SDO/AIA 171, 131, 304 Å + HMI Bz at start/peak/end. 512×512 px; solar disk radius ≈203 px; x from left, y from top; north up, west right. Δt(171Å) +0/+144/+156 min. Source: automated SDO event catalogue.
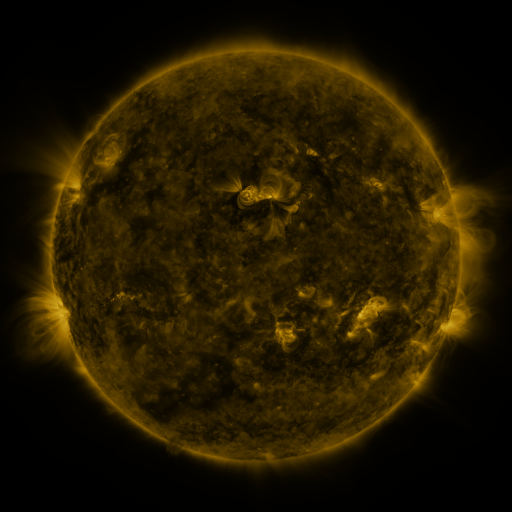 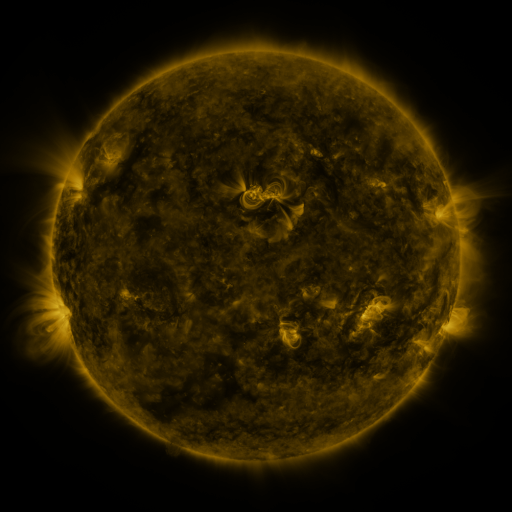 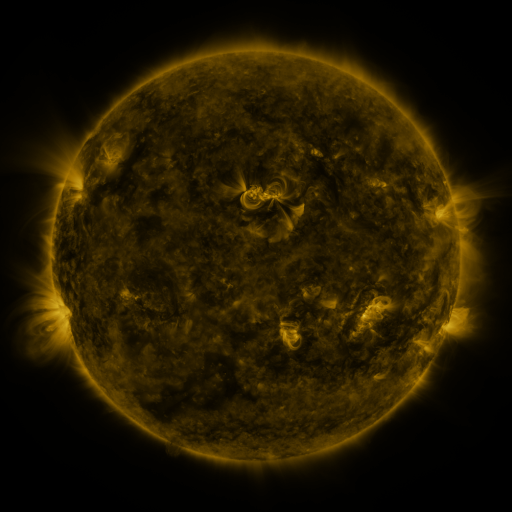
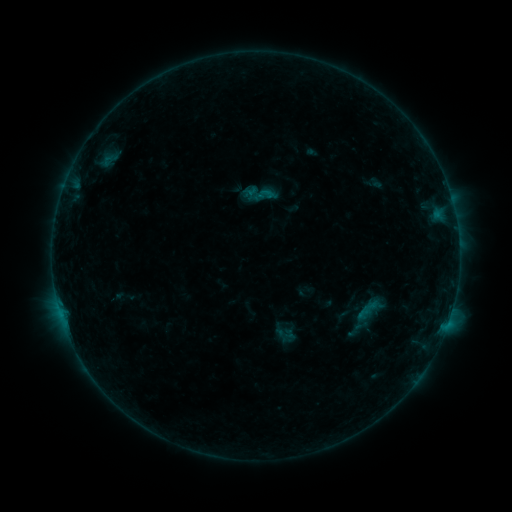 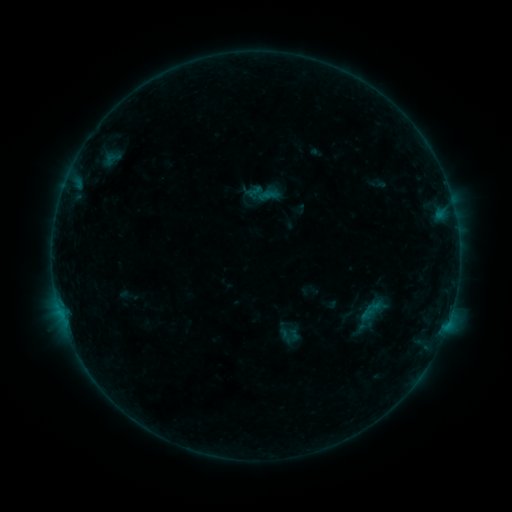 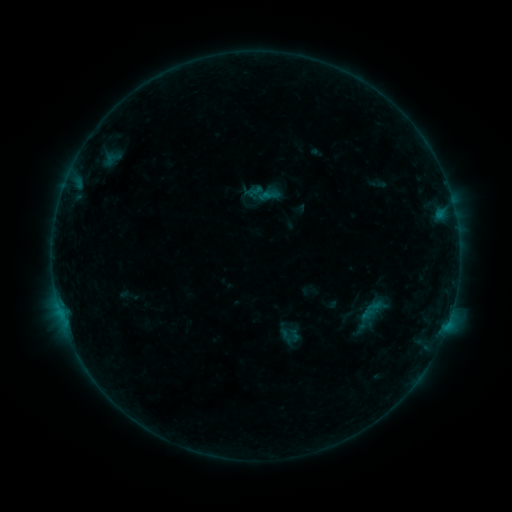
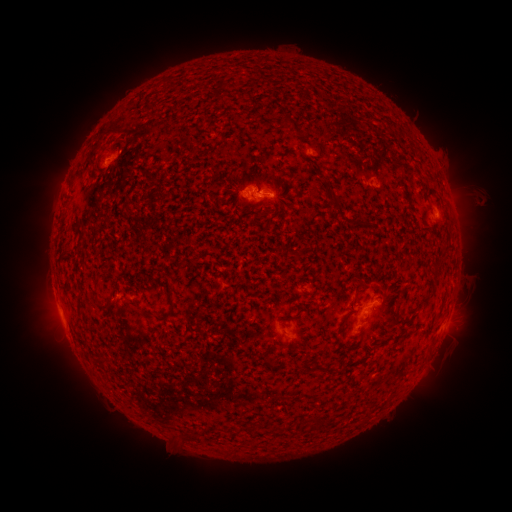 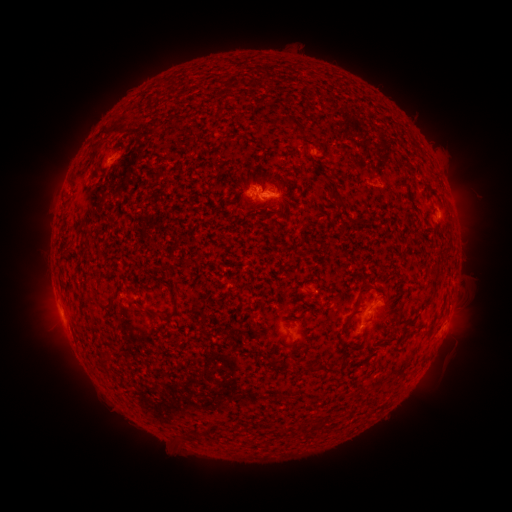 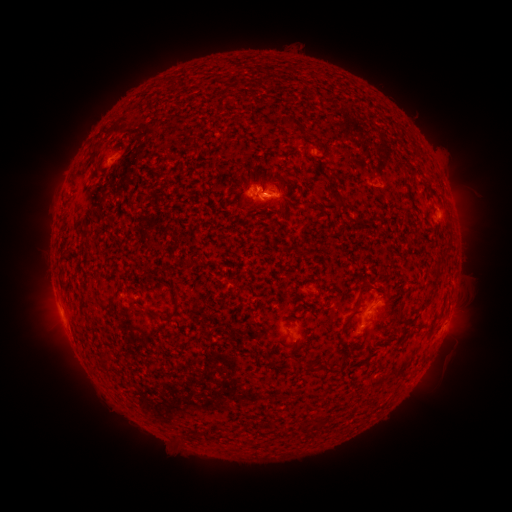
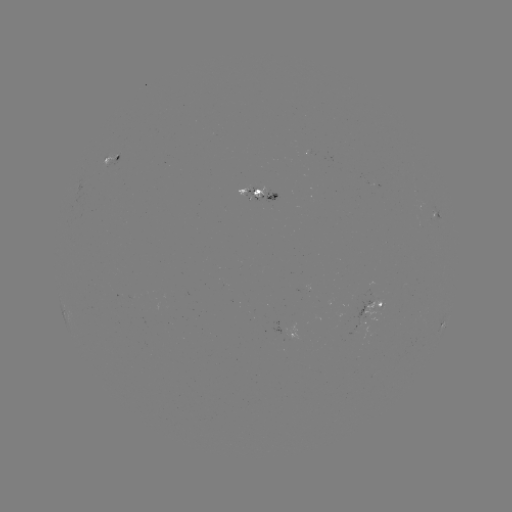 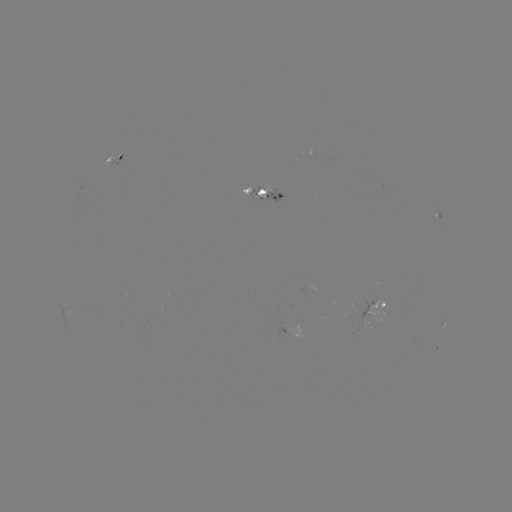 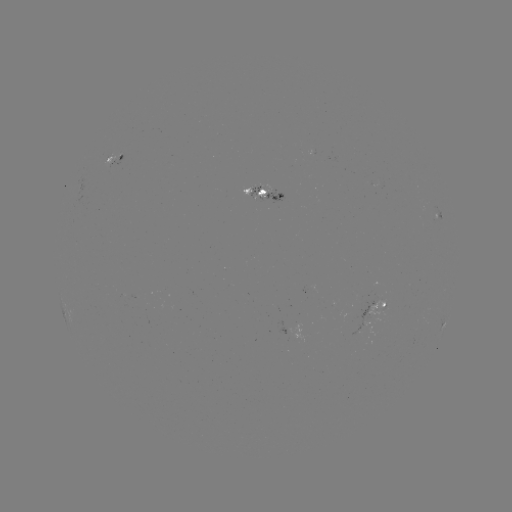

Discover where emerging-flux region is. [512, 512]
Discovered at [264, 197].